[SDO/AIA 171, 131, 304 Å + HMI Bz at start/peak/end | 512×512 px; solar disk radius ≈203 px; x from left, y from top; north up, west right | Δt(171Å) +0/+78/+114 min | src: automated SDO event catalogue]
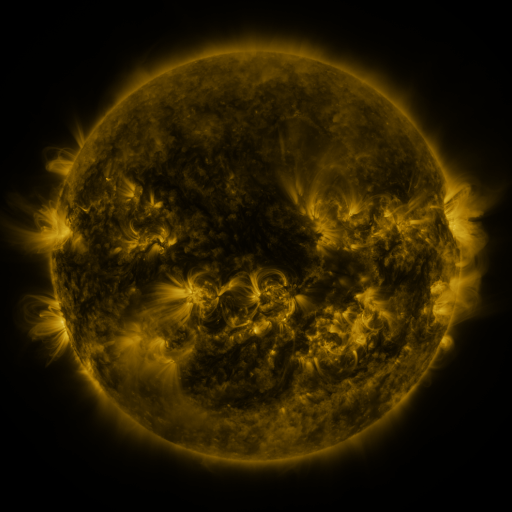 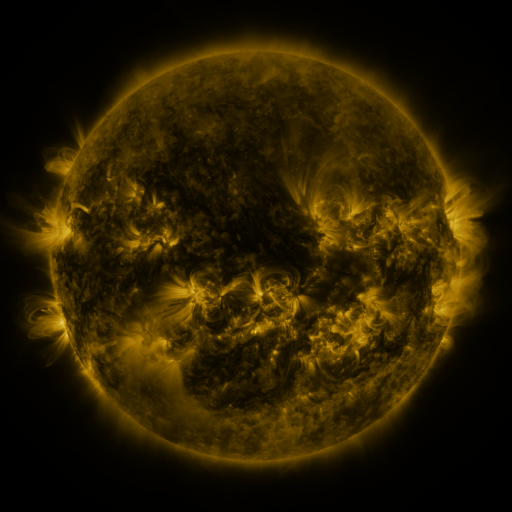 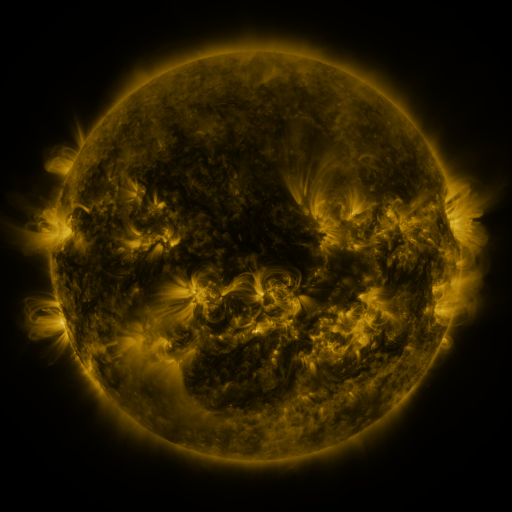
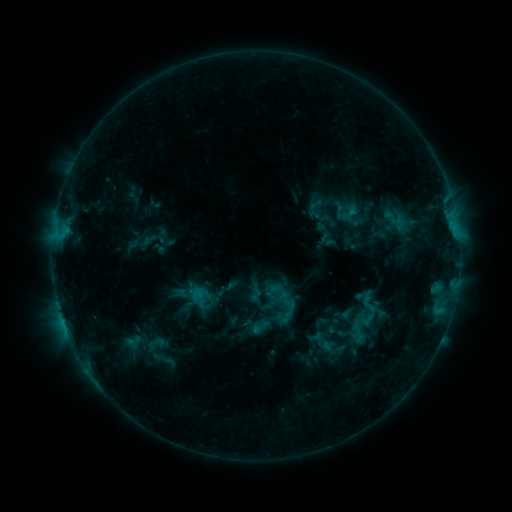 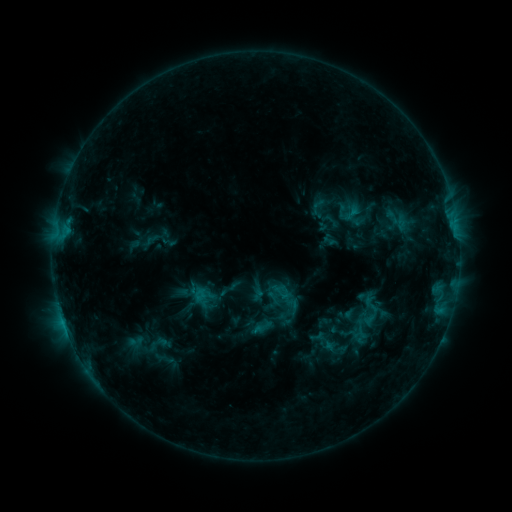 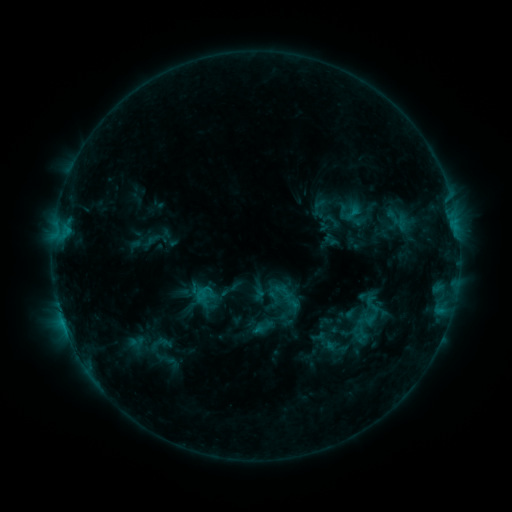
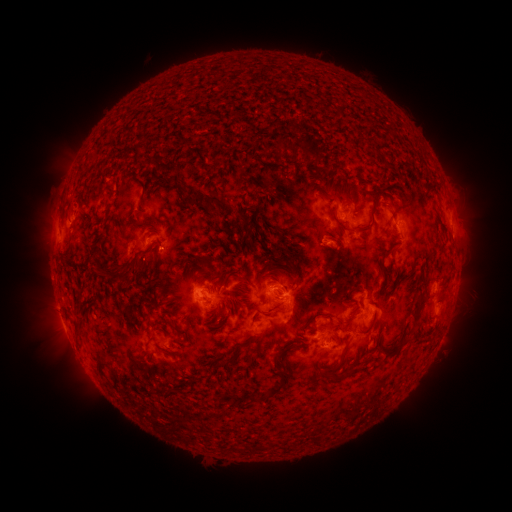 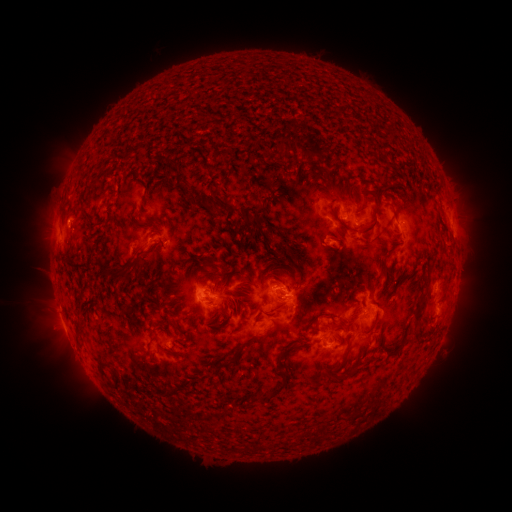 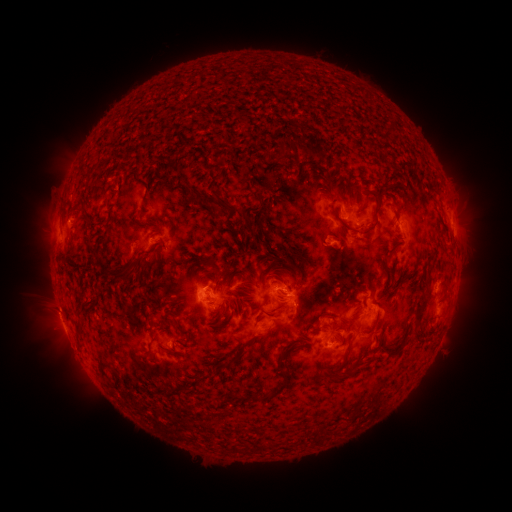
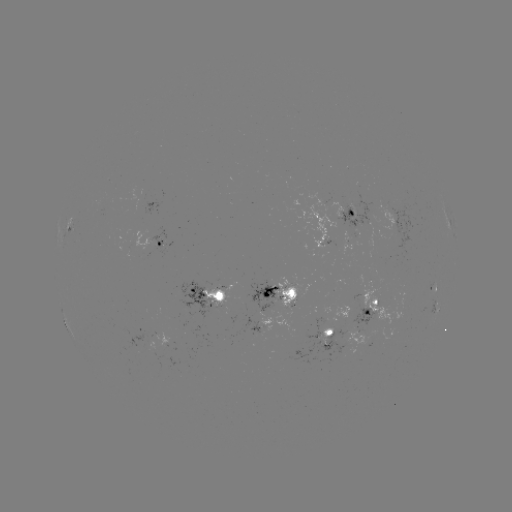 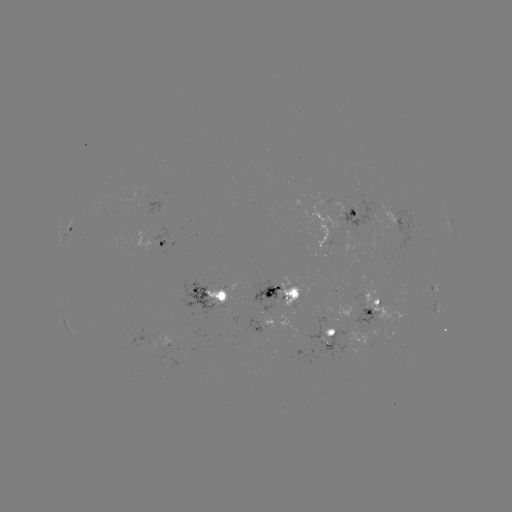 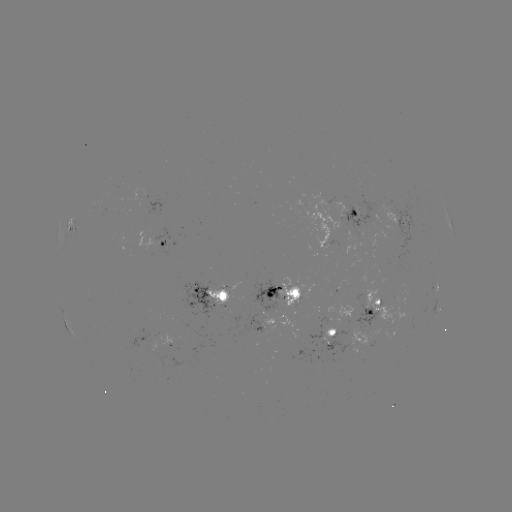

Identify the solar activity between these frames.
emerging-flux region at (181, 372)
